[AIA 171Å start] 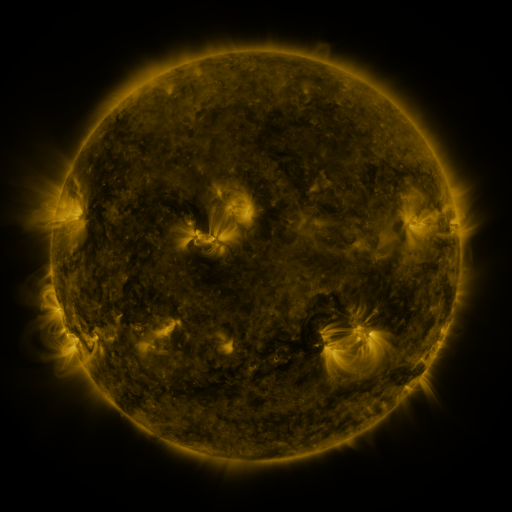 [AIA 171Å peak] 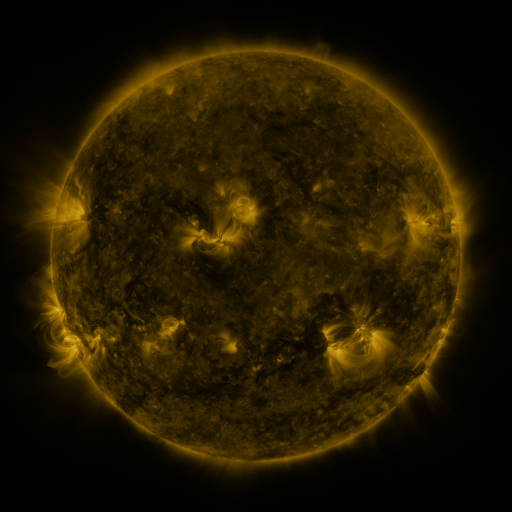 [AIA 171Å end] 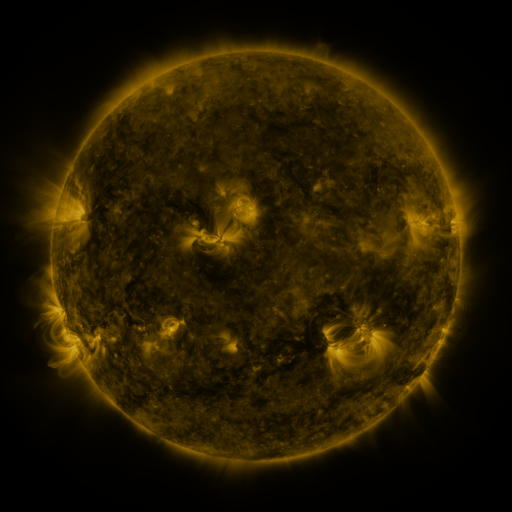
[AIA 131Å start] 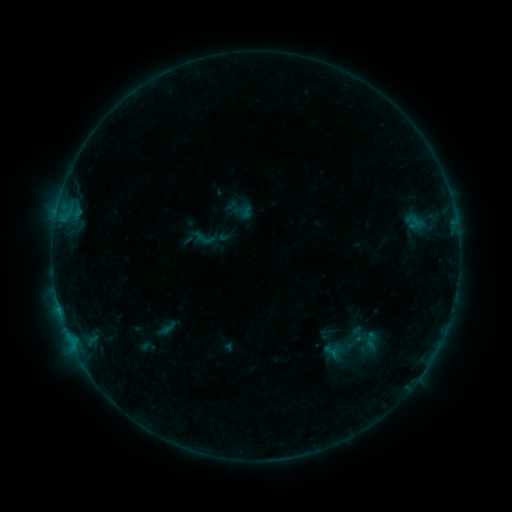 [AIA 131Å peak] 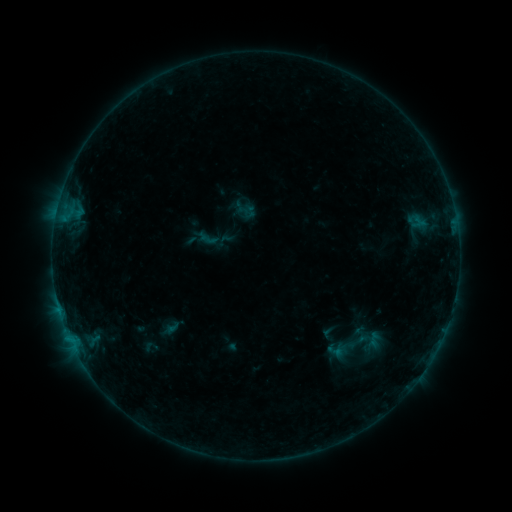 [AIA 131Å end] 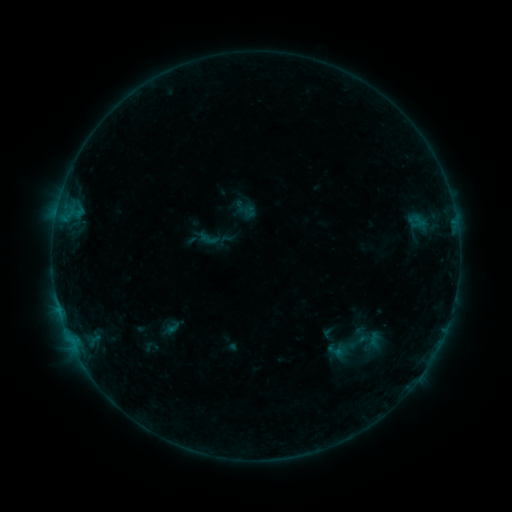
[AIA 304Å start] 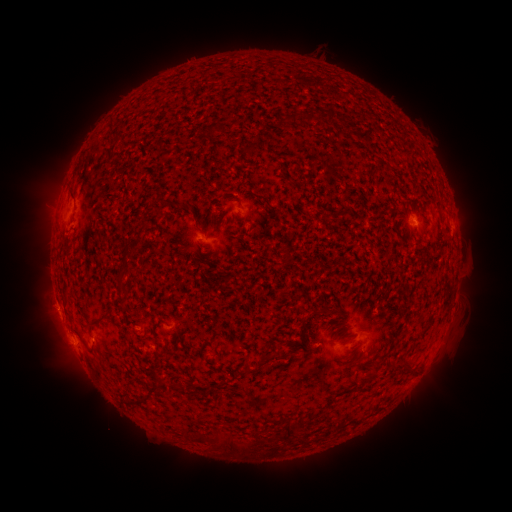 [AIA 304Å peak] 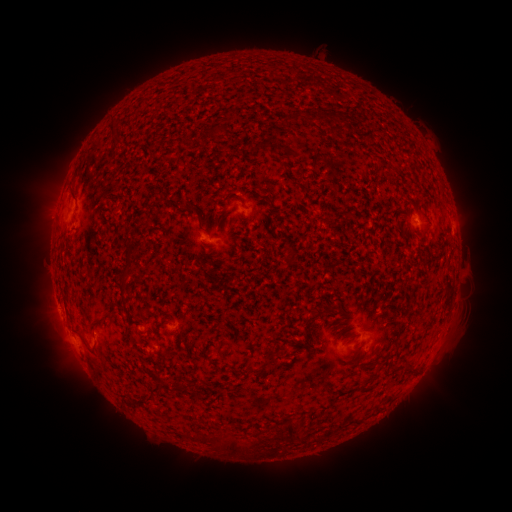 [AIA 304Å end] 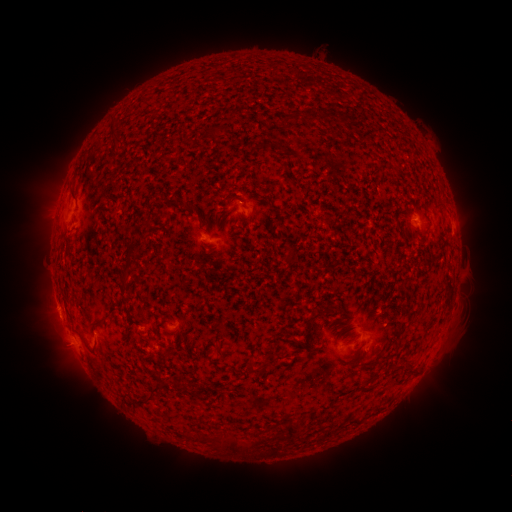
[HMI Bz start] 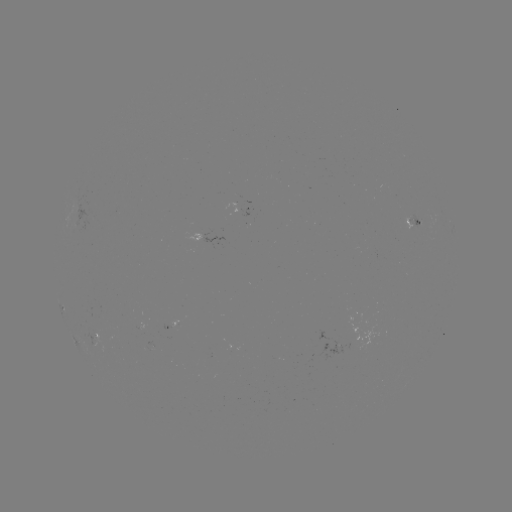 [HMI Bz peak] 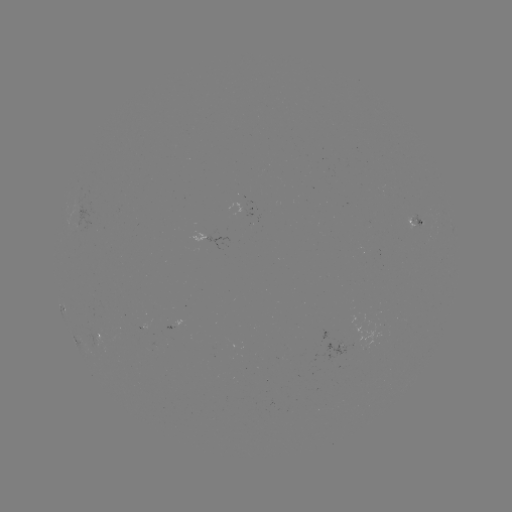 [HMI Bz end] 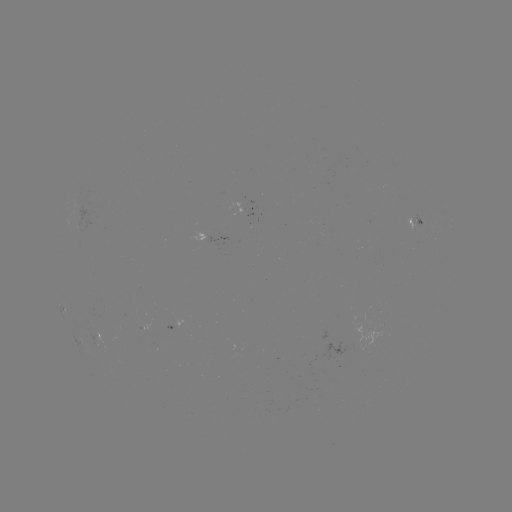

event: emerging-flux region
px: (412, 225)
